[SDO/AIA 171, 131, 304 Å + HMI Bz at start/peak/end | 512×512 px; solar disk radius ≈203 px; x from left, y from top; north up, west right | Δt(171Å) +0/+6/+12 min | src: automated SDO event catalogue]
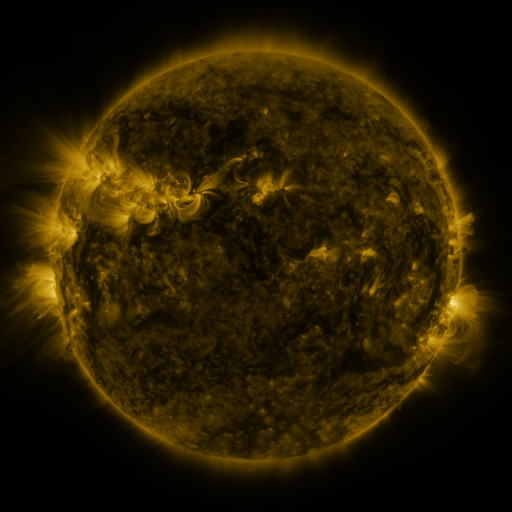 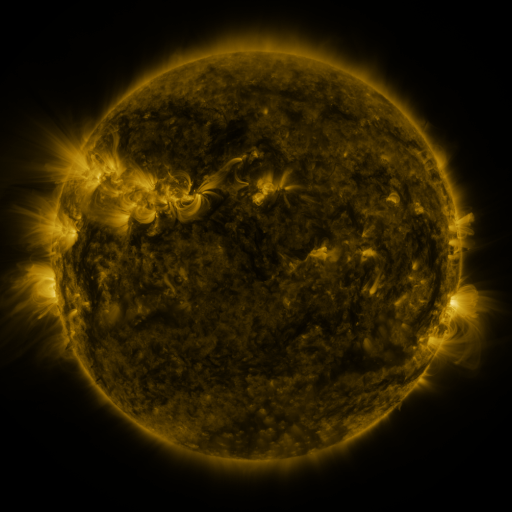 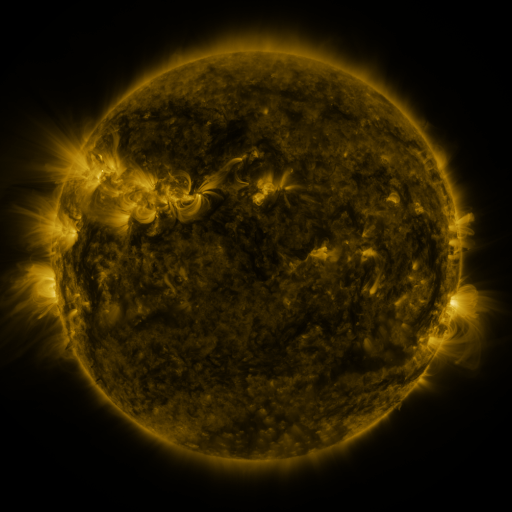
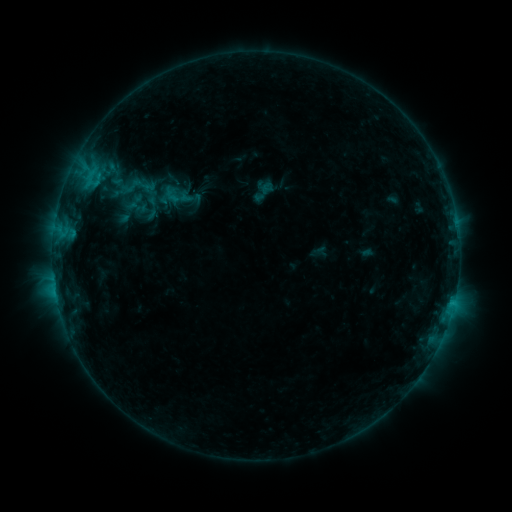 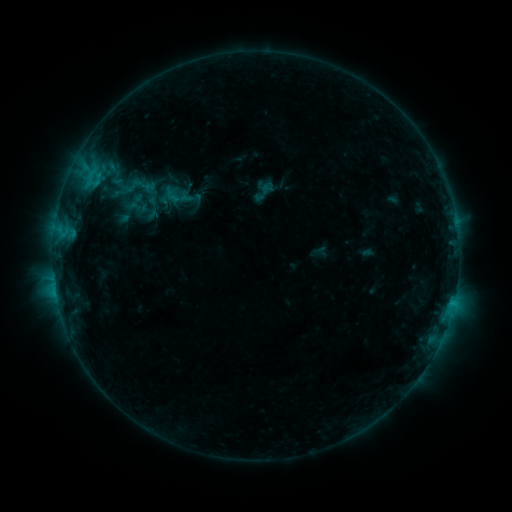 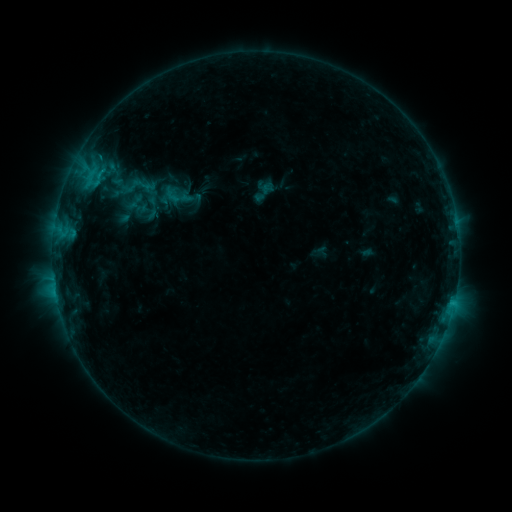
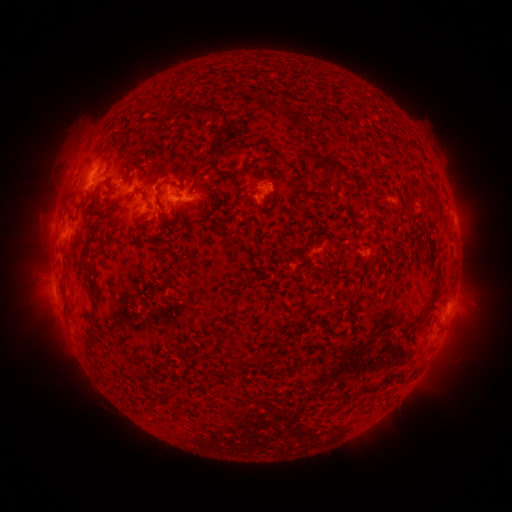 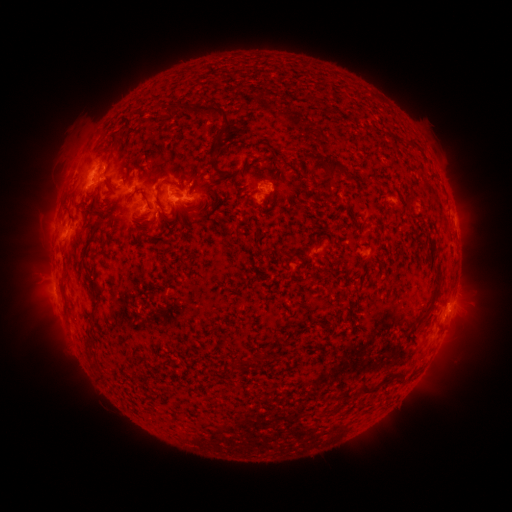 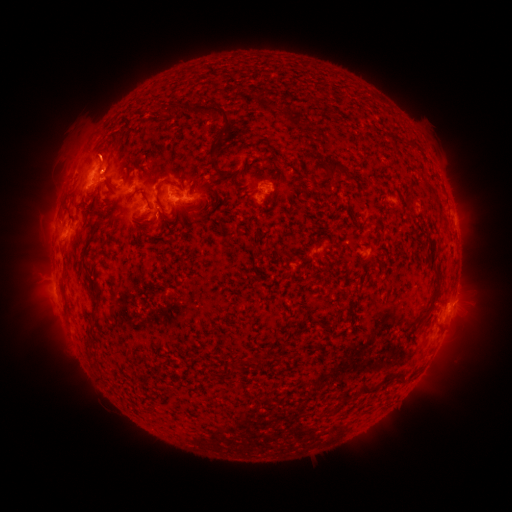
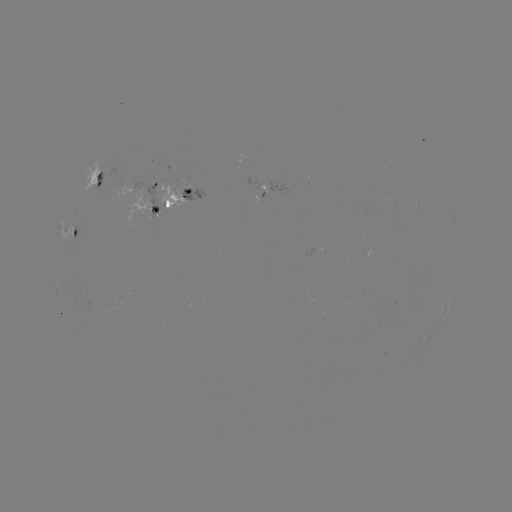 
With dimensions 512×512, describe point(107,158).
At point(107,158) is eruption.